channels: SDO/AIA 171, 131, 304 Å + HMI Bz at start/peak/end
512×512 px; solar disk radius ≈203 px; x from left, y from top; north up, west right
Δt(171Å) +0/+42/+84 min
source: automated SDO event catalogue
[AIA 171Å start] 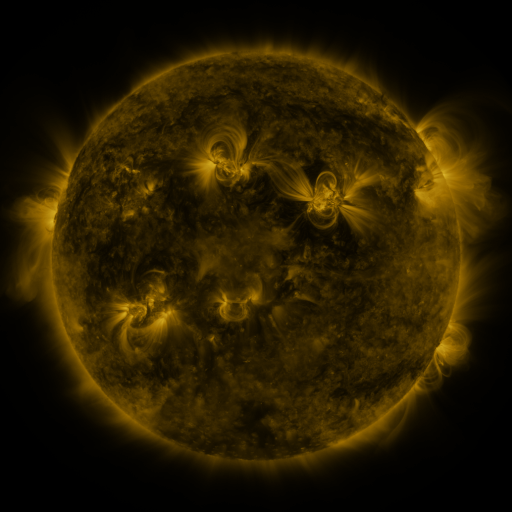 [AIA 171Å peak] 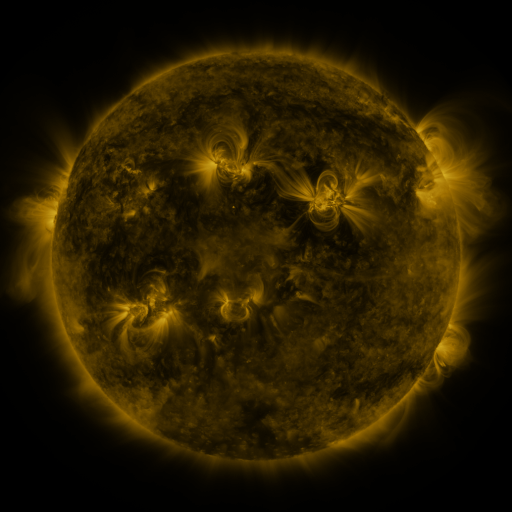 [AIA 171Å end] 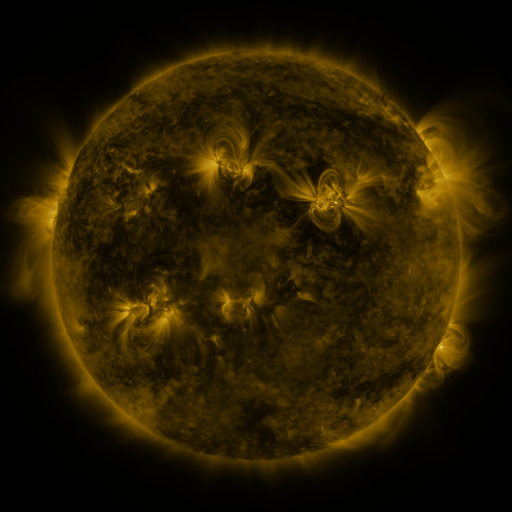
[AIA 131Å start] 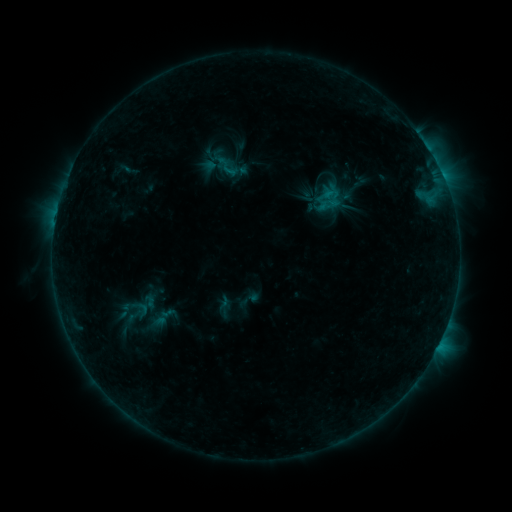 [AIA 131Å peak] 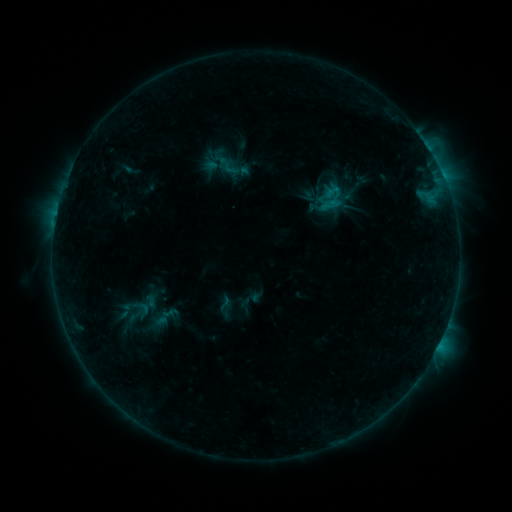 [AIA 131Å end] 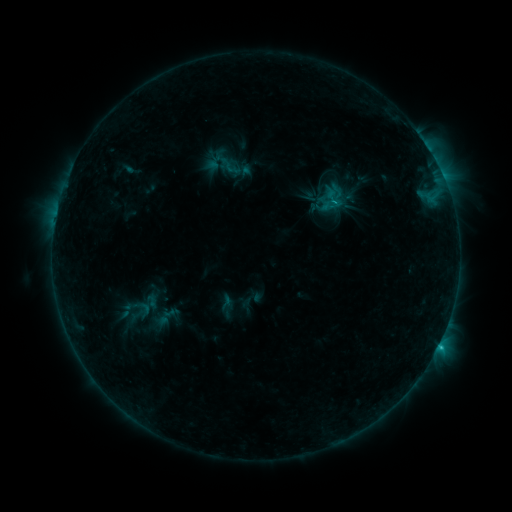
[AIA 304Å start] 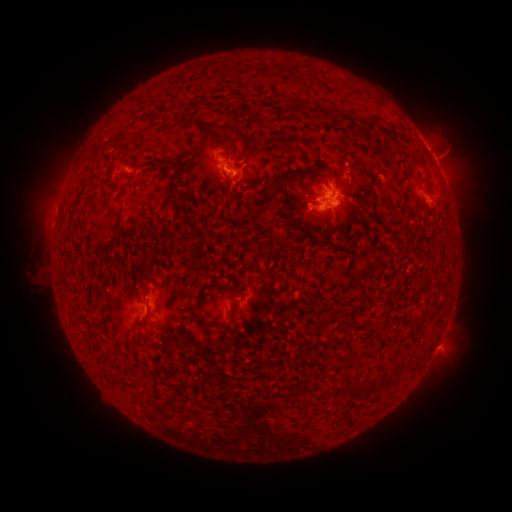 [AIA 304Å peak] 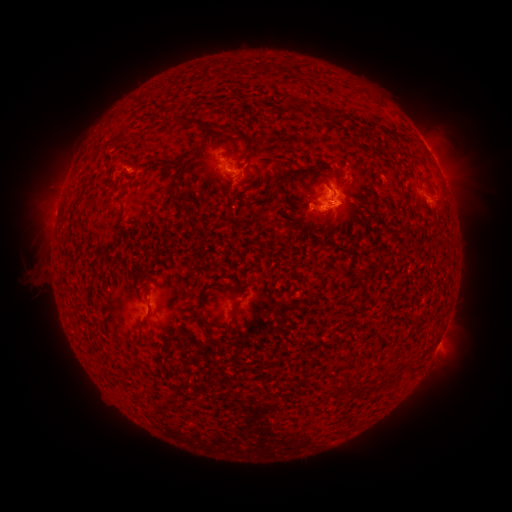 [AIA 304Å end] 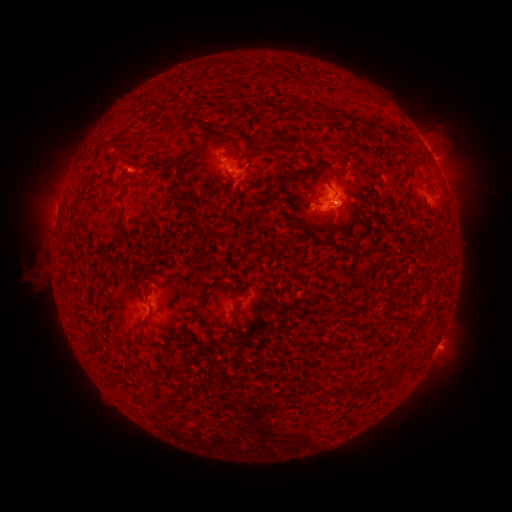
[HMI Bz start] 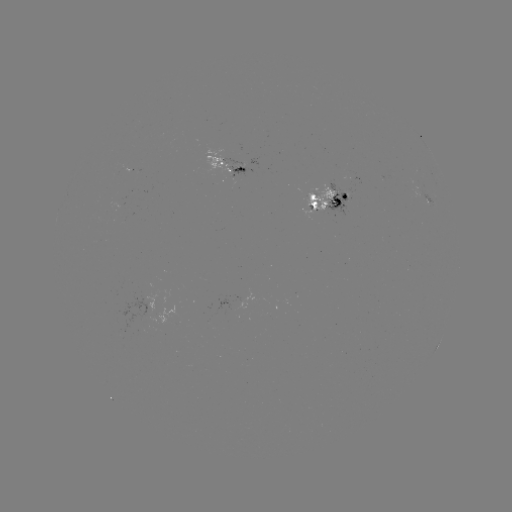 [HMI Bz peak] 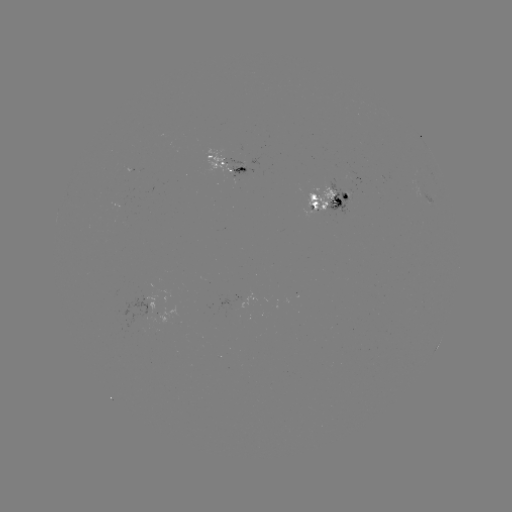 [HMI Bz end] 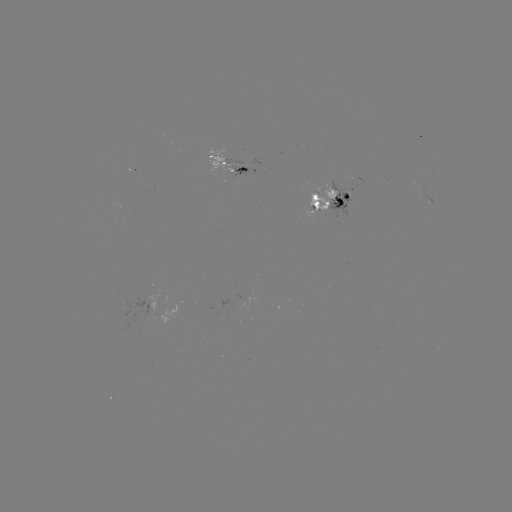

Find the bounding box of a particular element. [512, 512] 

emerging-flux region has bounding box [139, 296, 160, 313].